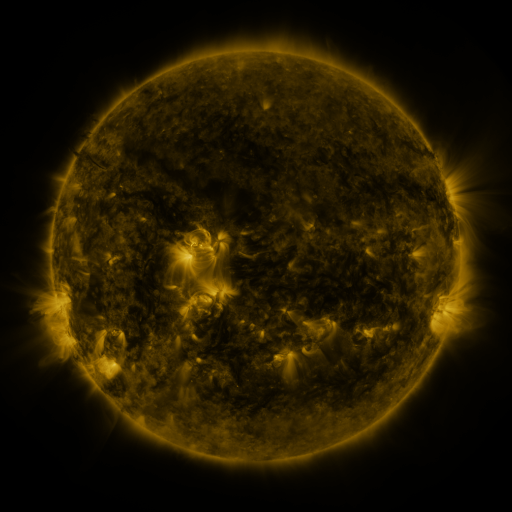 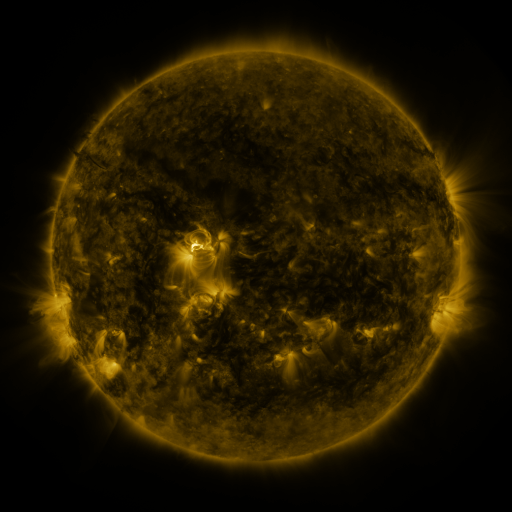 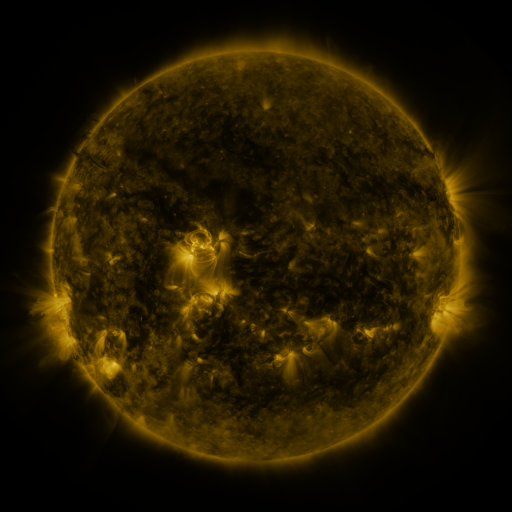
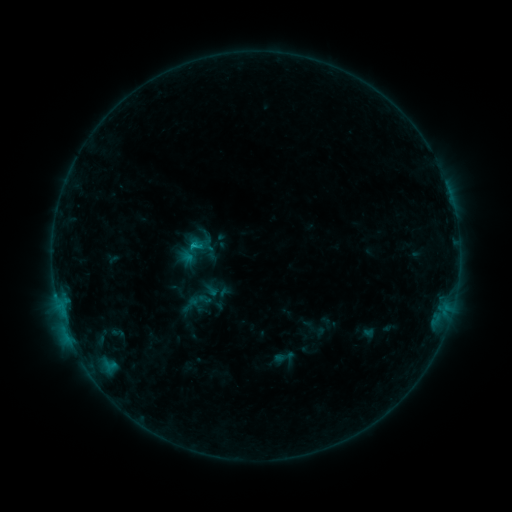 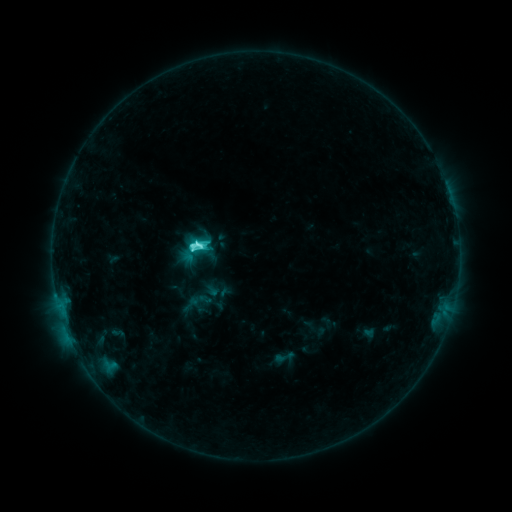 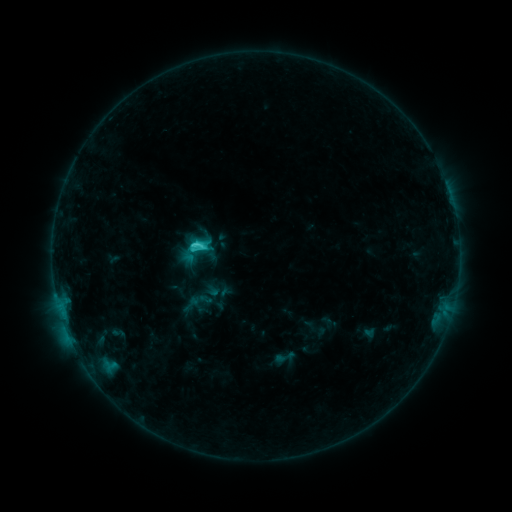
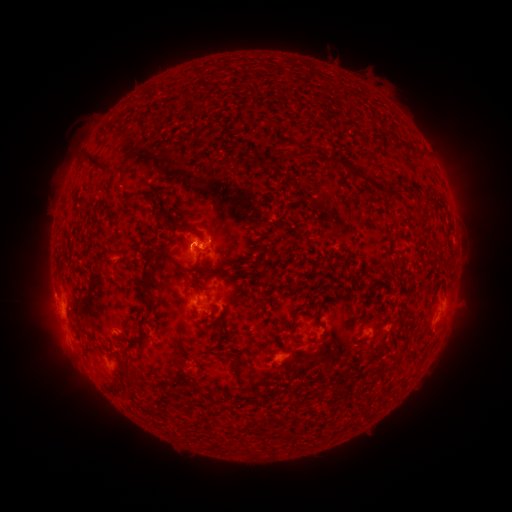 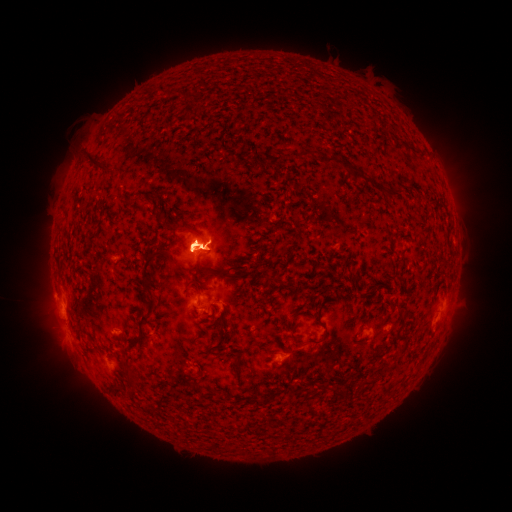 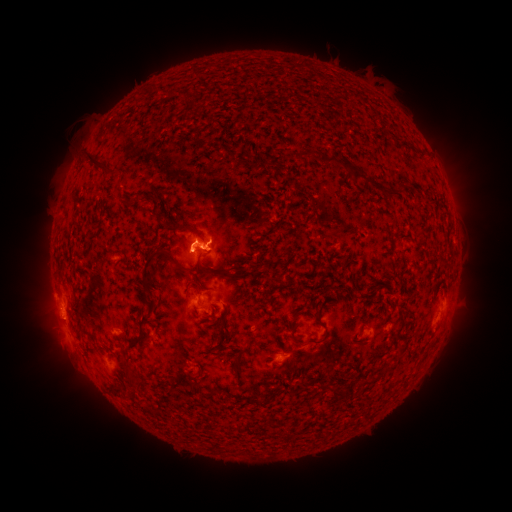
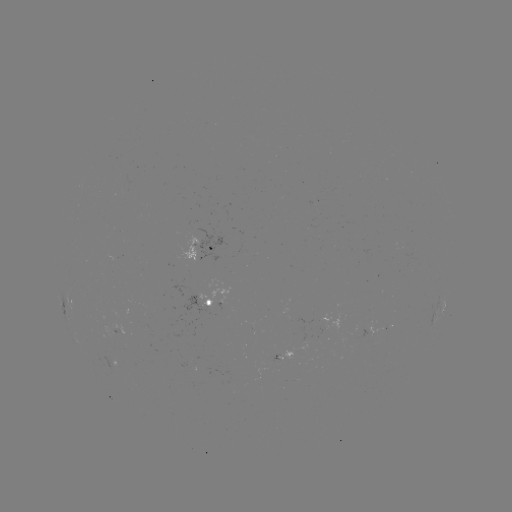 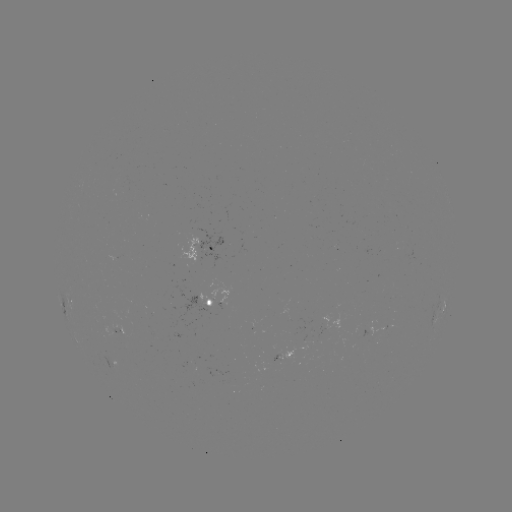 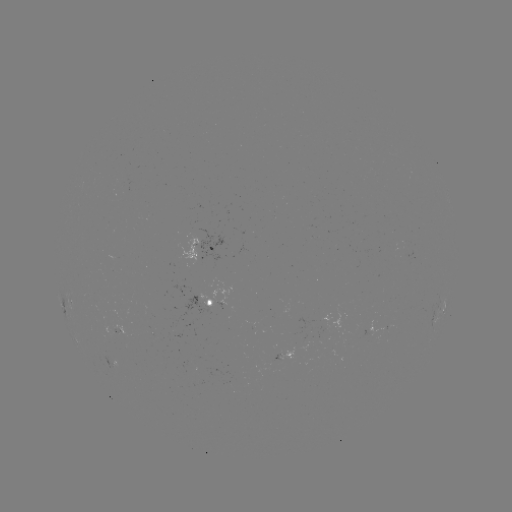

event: flare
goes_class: C6.2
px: (200, 245)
